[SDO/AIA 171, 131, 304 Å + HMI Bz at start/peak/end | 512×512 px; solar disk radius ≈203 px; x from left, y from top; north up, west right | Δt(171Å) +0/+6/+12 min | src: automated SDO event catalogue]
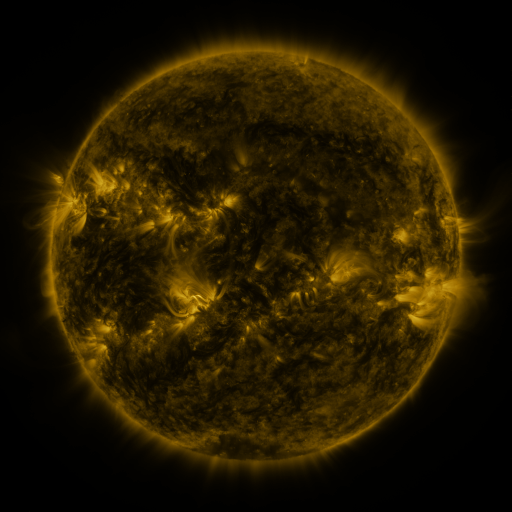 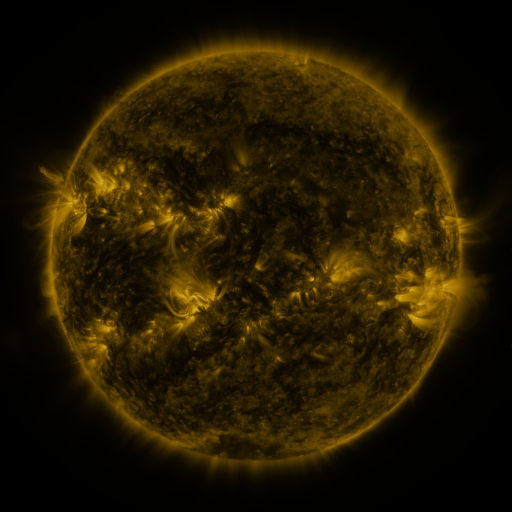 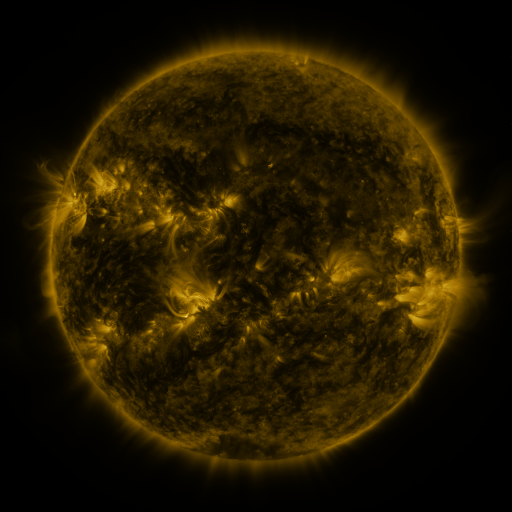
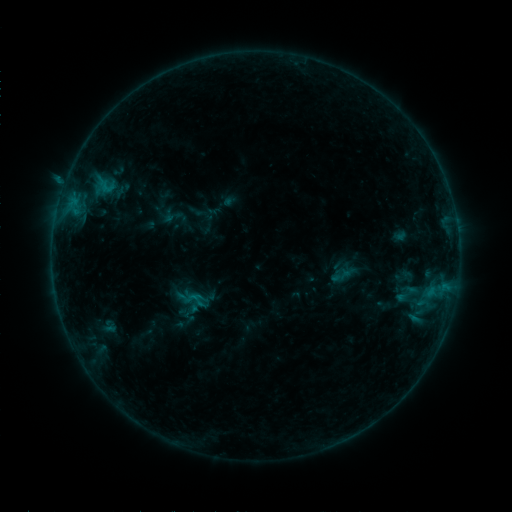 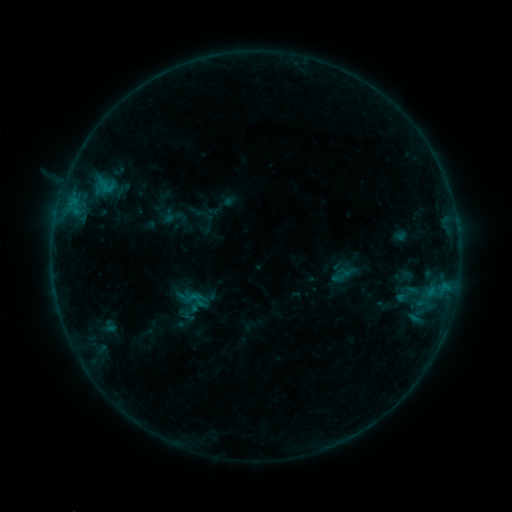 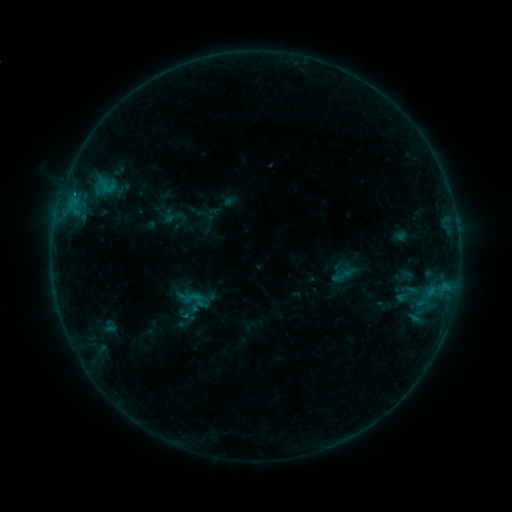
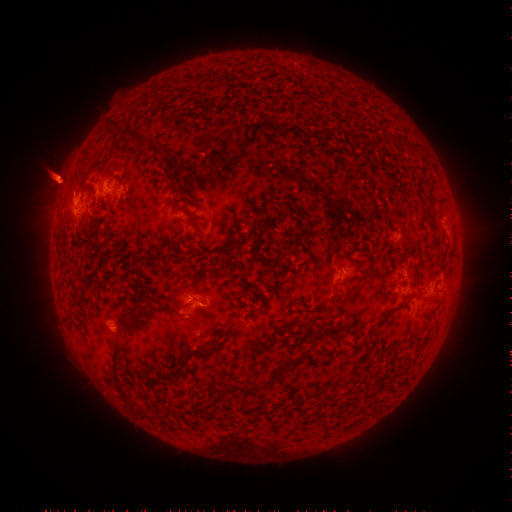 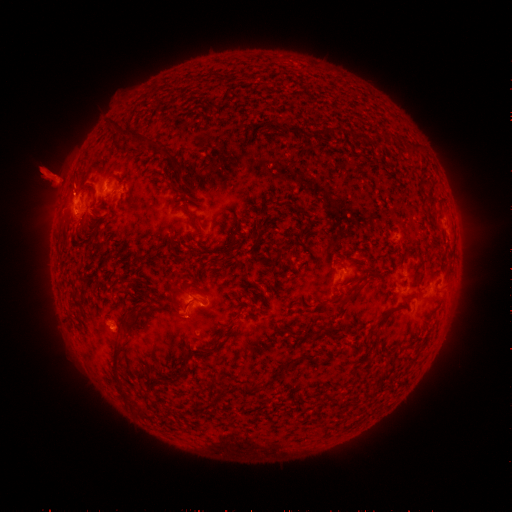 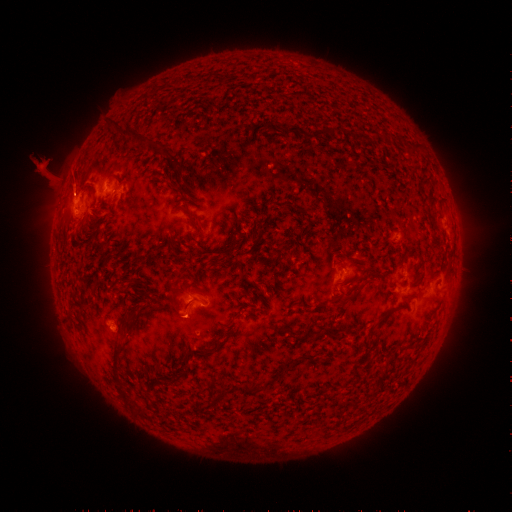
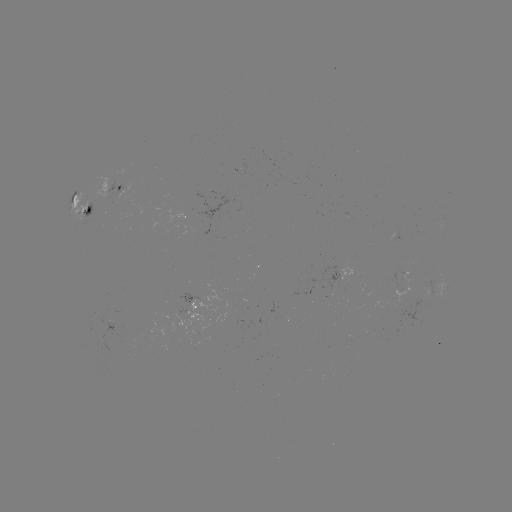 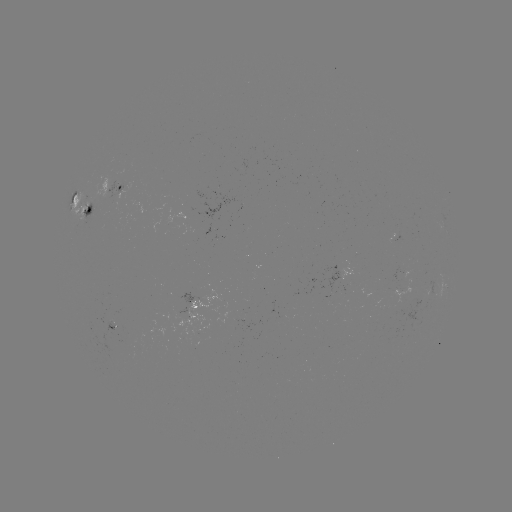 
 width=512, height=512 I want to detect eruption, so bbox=[22, 149, 96, 212].